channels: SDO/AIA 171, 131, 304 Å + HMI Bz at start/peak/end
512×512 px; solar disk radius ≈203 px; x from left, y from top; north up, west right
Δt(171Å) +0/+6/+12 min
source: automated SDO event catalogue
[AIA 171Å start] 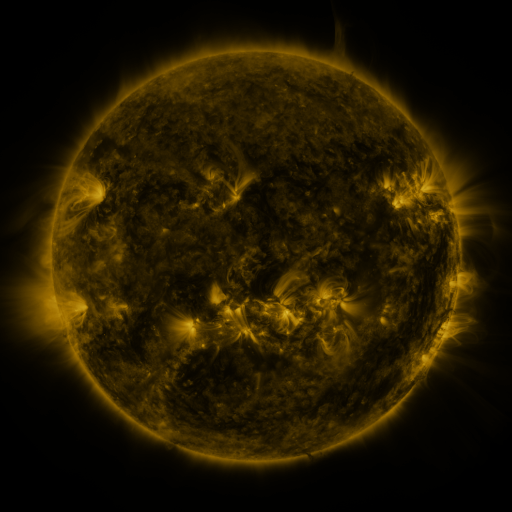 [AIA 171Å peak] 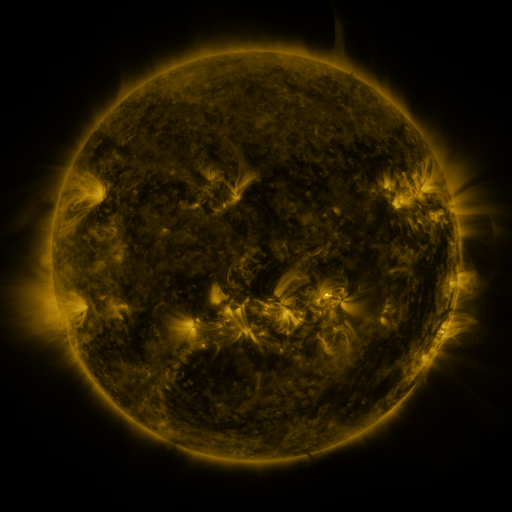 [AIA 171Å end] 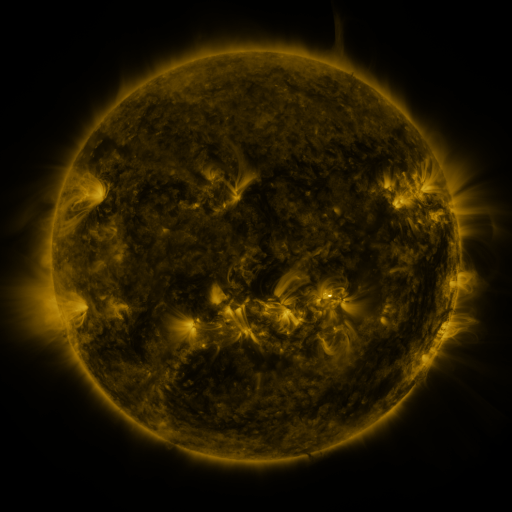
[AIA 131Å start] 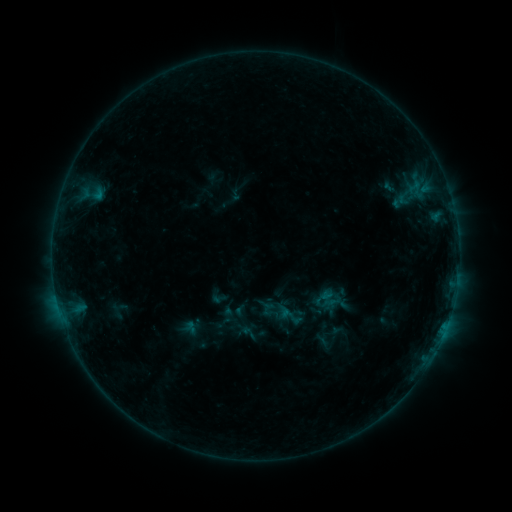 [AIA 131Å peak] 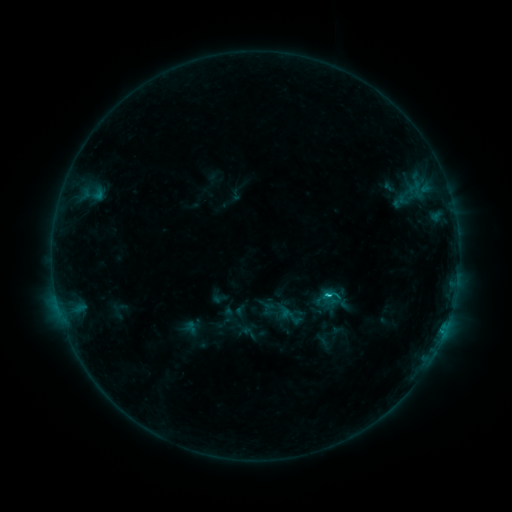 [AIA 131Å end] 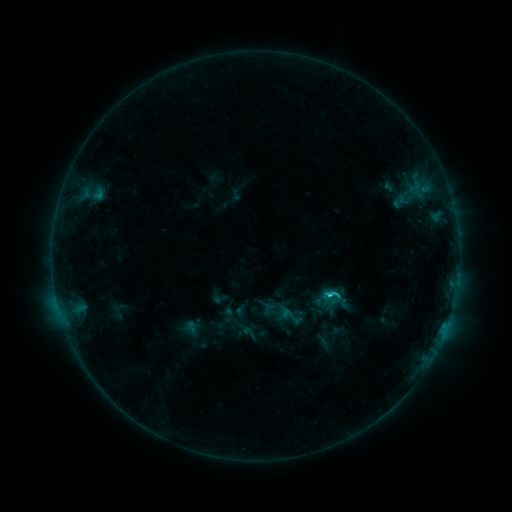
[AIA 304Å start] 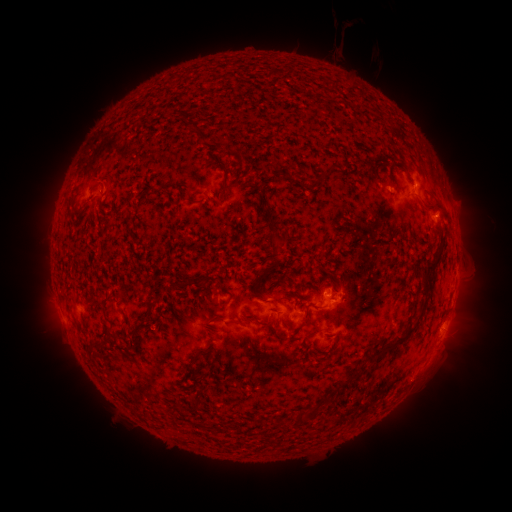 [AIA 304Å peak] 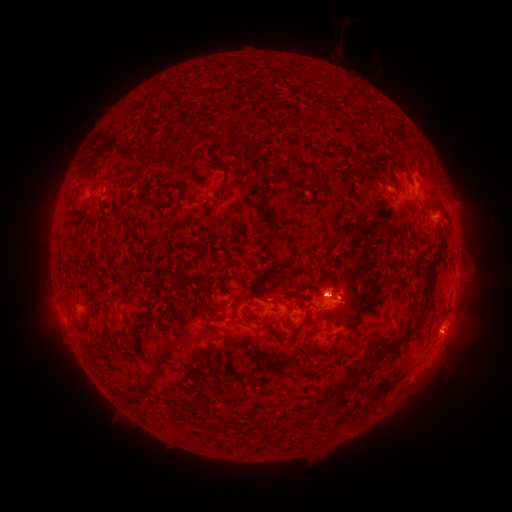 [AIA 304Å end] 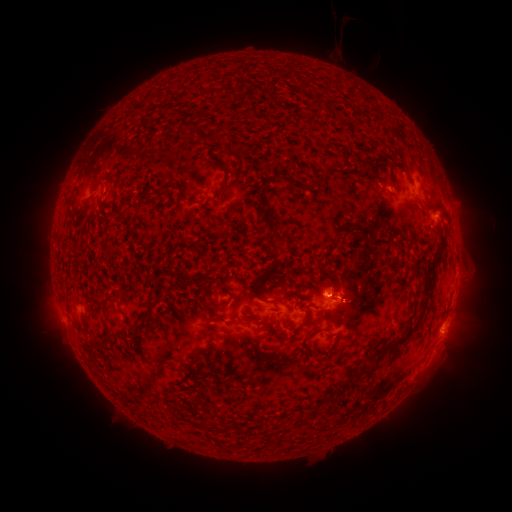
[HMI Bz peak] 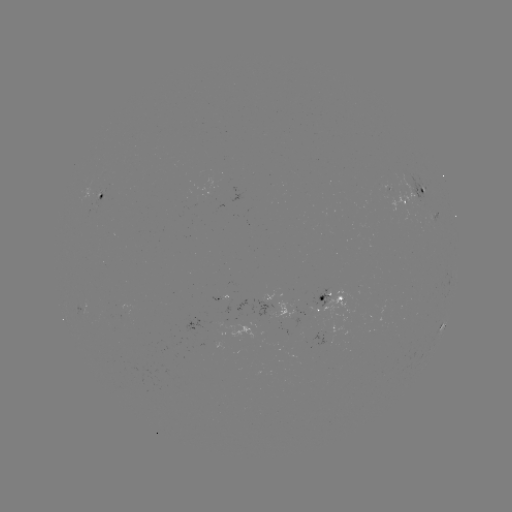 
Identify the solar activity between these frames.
C1.6 flare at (328, 294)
